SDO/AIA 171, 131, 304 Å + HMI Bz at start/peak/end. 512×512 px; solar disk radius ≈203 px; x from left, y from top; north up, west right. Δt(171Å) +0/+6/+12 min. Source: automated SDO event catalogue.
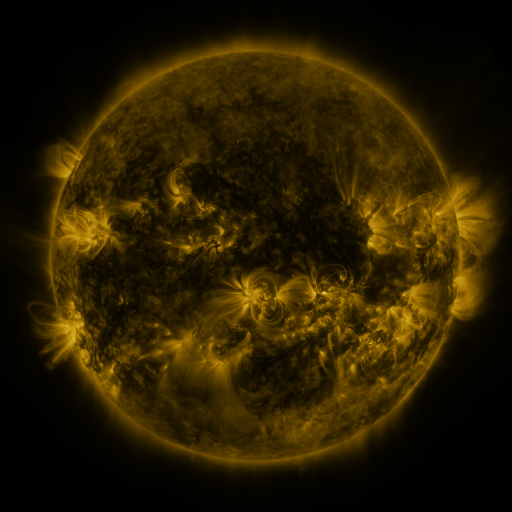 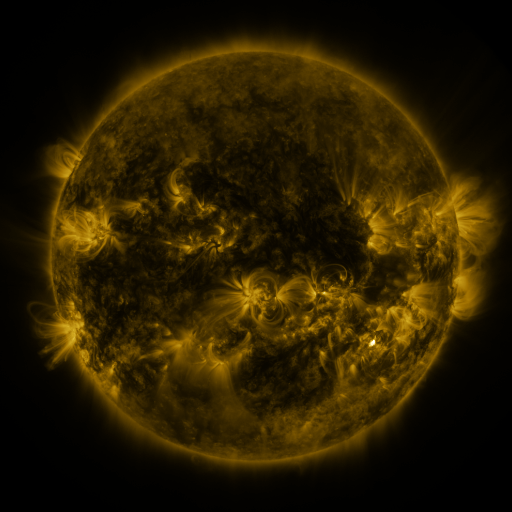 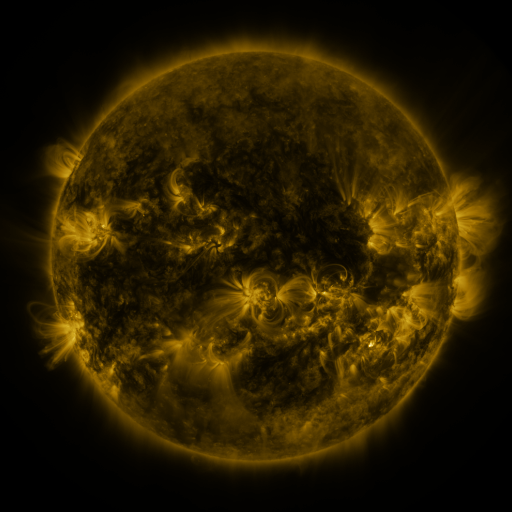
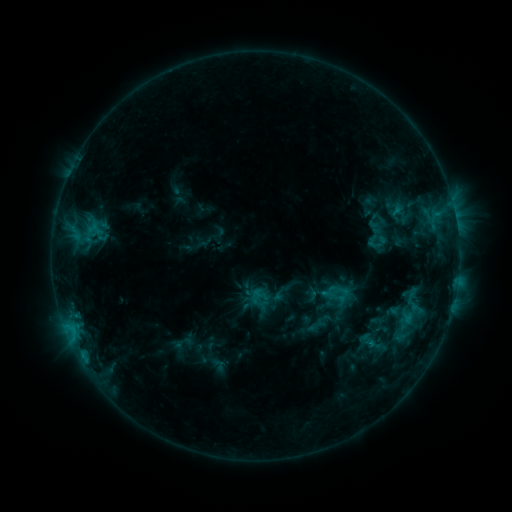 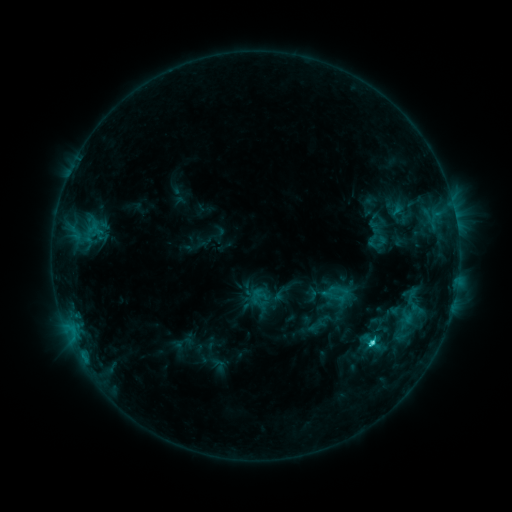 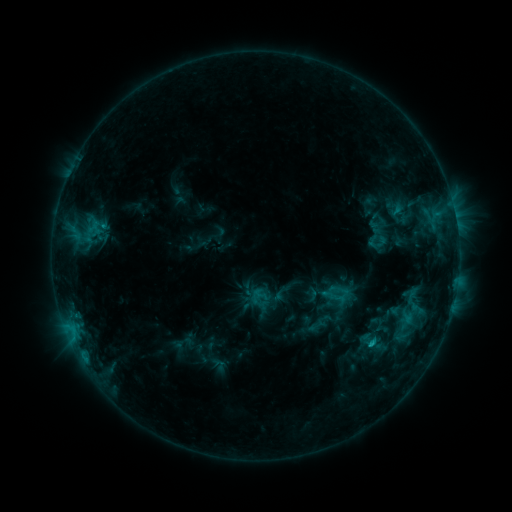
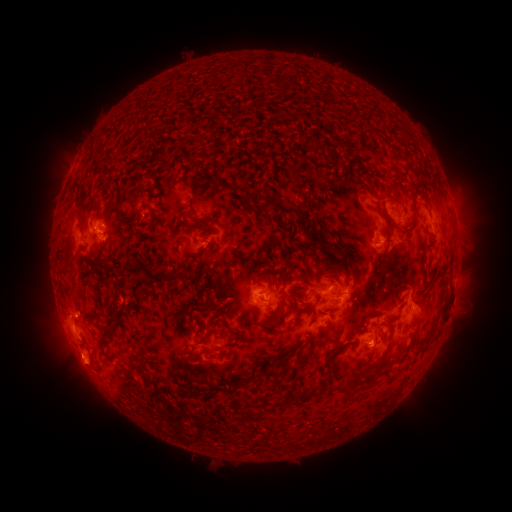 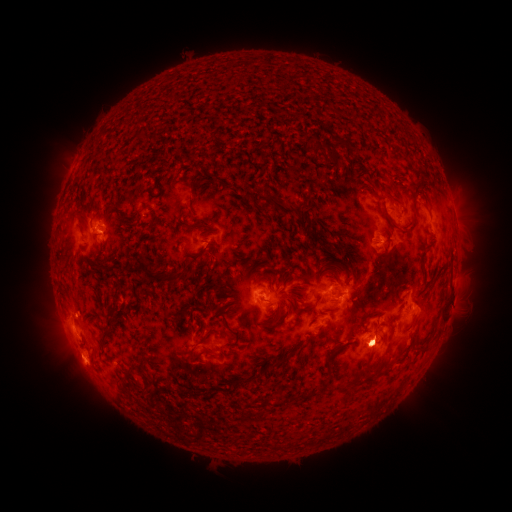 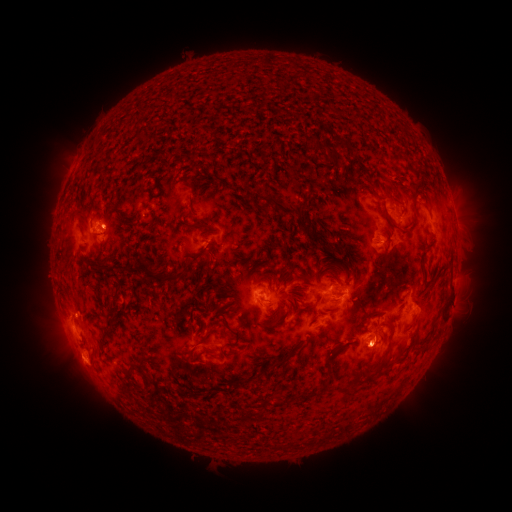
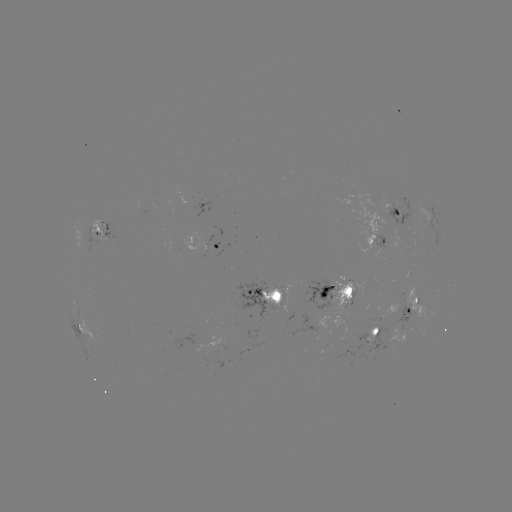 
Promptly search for eruption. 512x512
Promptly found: [377, 347].